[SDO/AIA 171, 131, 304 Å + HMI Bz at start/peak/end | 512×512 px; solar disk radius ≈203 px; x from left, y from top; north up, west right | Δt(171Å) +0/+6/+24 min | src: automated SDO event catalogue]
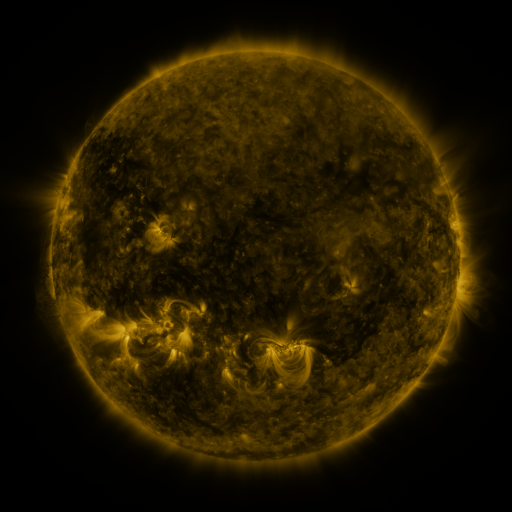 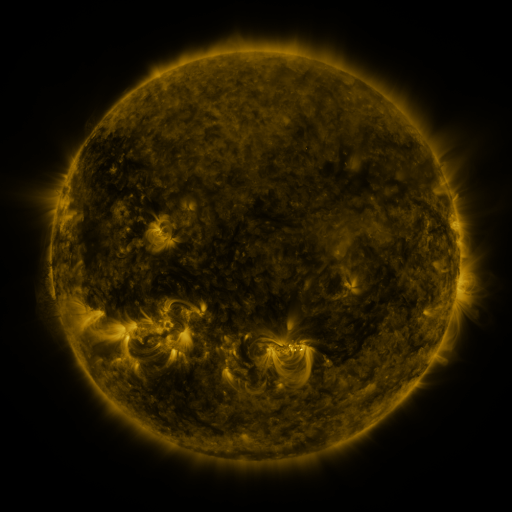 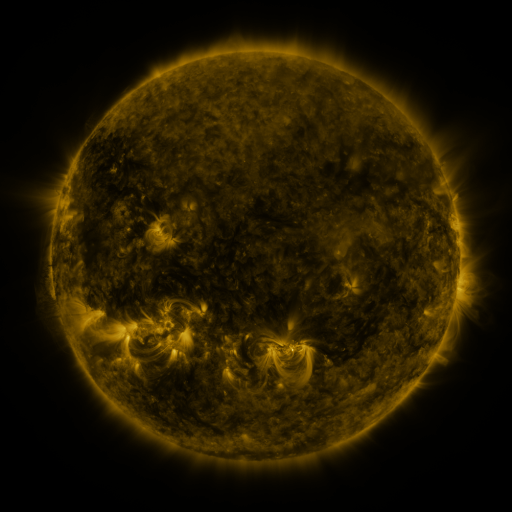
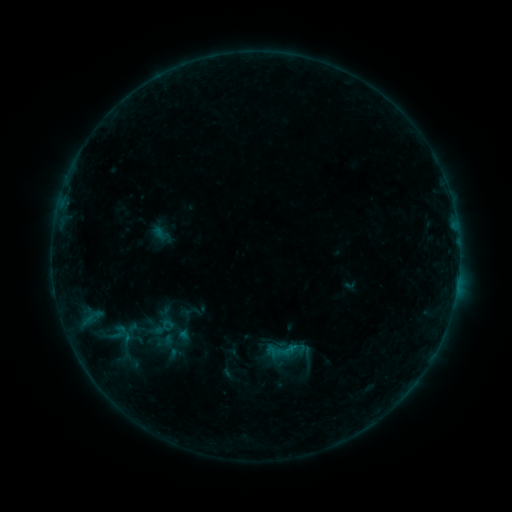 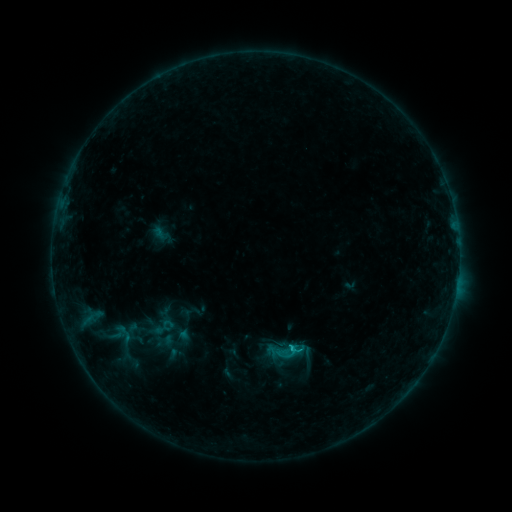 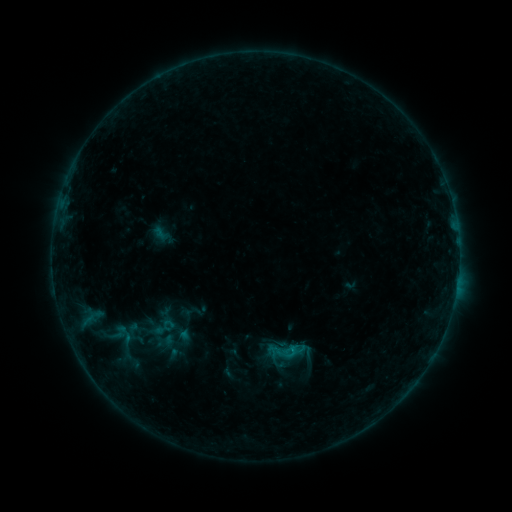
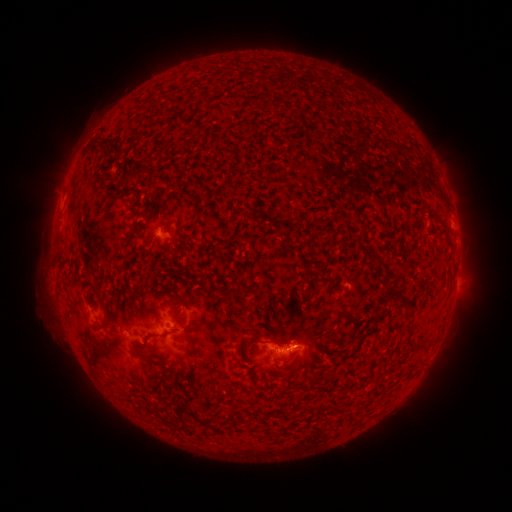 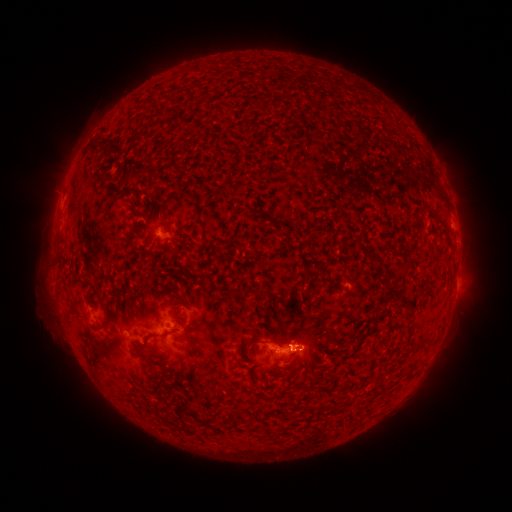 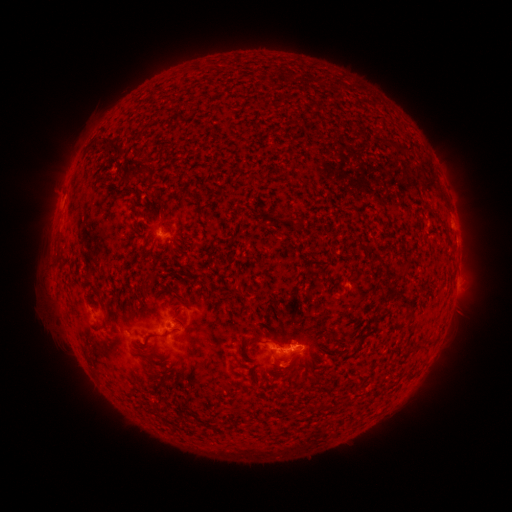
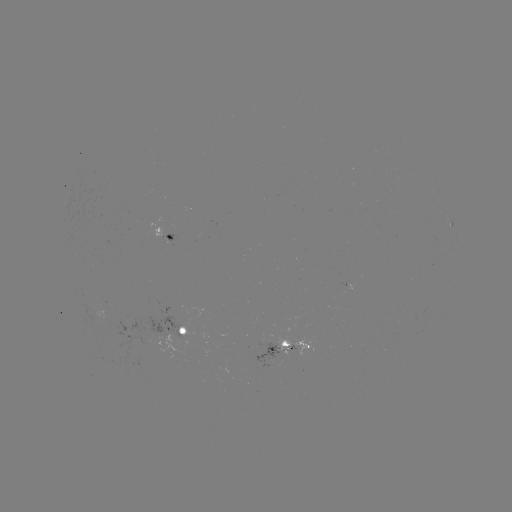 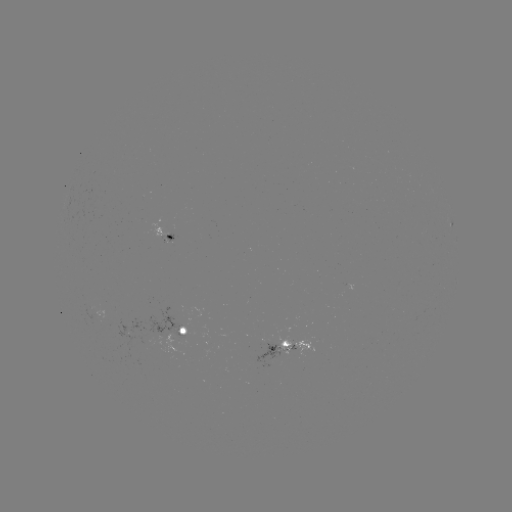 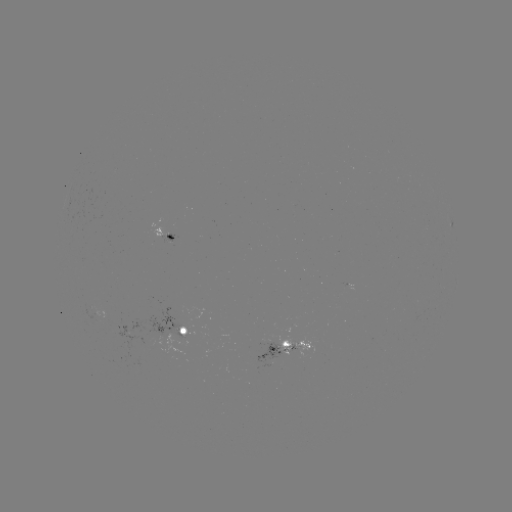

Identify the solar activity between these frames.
B8.5 flare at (289, 345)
